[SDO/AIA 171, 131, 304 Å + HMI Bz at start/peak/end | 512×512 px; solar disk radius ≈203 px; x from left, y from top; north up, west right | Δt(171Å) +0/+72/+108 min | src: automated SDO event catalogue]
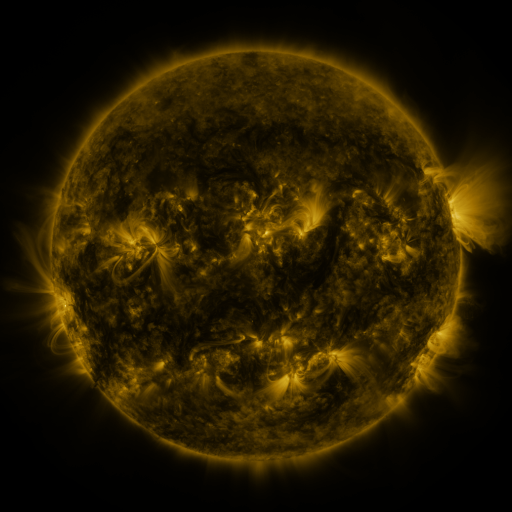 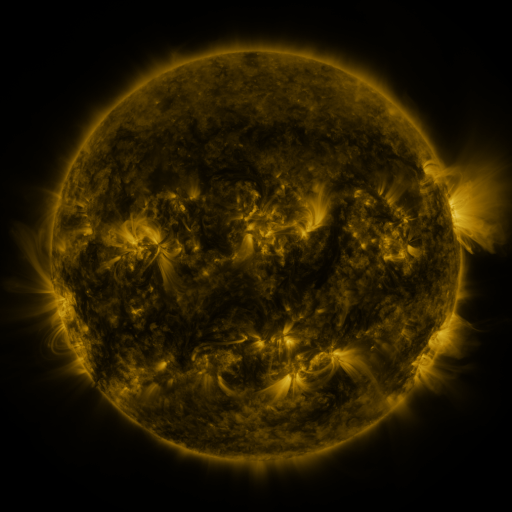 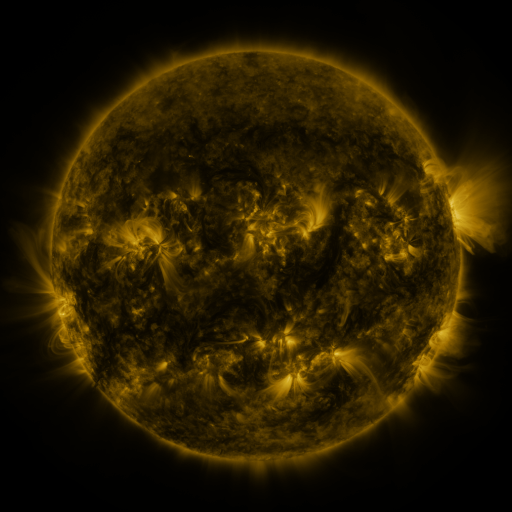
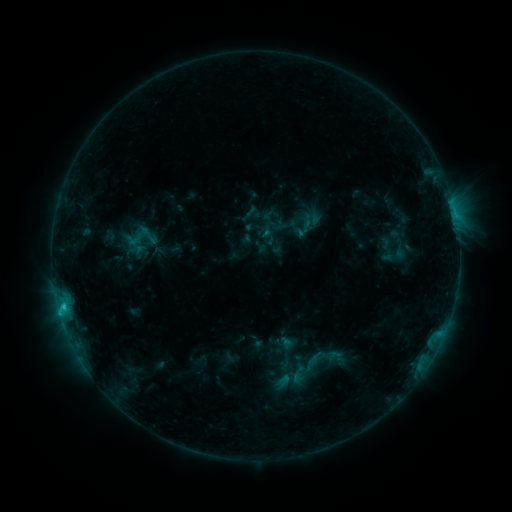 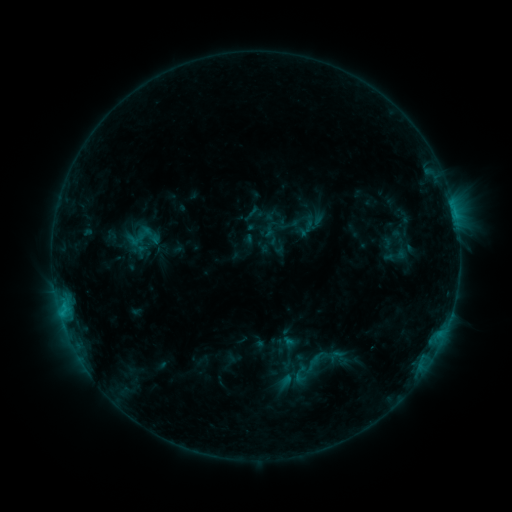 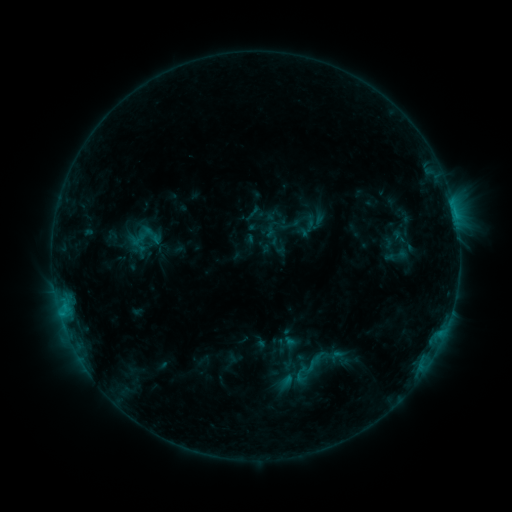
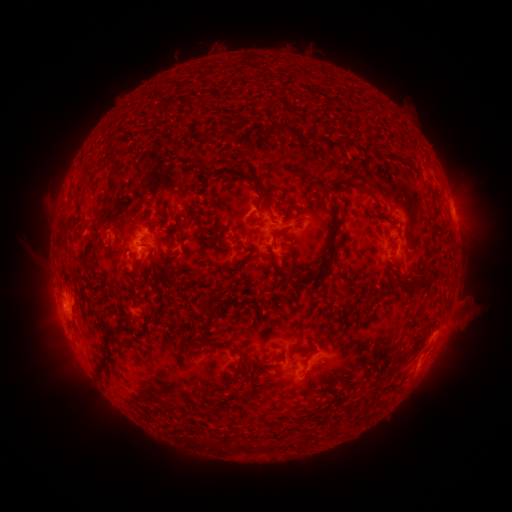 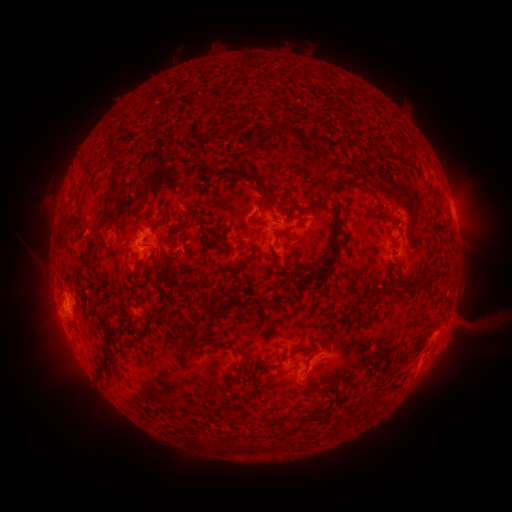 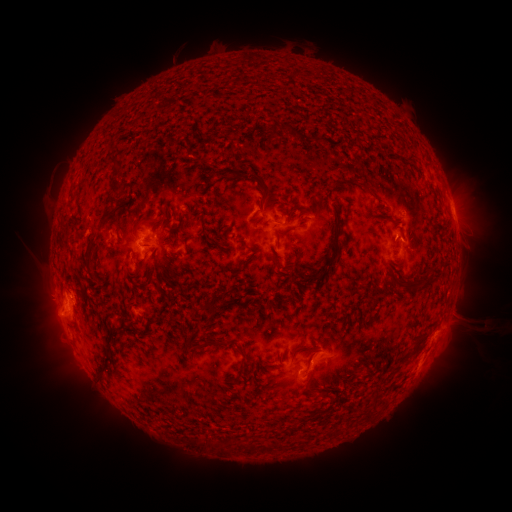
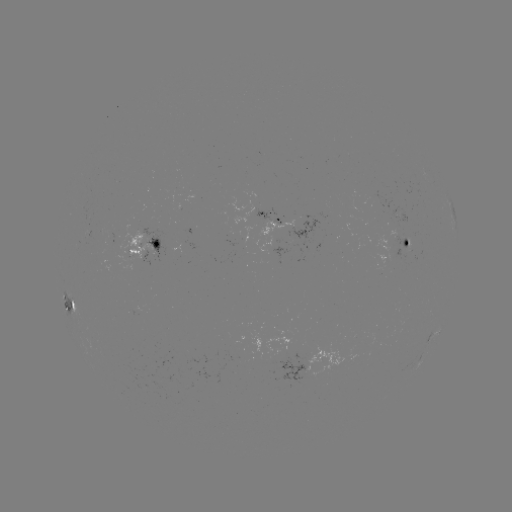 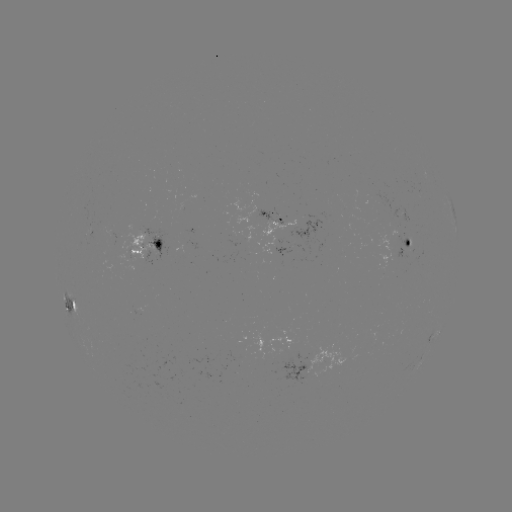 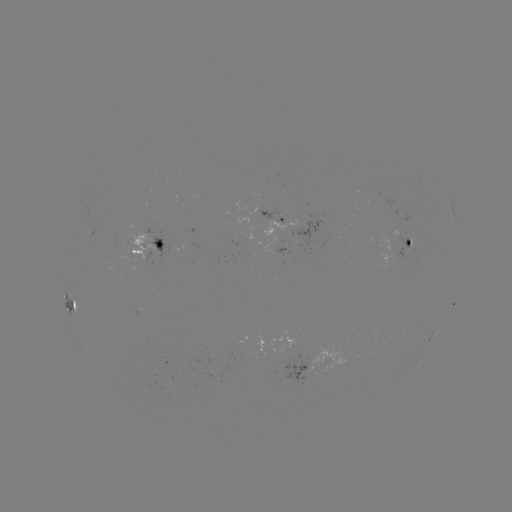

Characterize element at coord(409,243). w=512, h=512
emerging-flux region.